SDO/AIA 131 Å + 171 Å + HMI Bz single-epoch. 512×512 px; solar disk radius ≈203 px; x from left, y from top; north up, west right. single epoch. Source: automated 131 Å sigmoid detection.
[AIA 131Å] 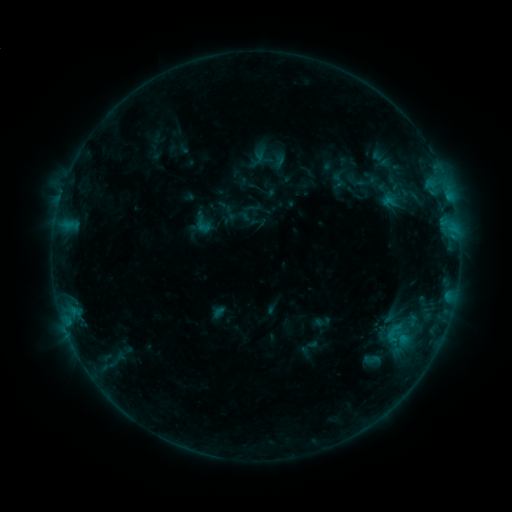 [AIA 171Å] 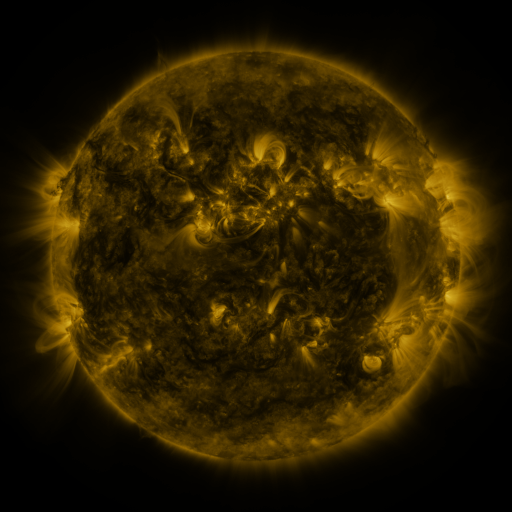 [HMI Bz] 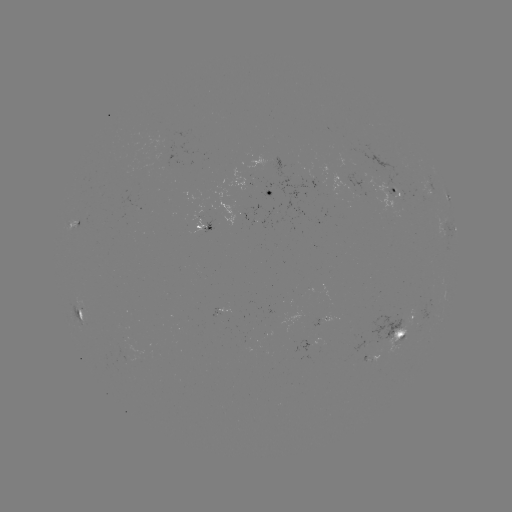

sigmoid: (189, 209, 216, 236)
